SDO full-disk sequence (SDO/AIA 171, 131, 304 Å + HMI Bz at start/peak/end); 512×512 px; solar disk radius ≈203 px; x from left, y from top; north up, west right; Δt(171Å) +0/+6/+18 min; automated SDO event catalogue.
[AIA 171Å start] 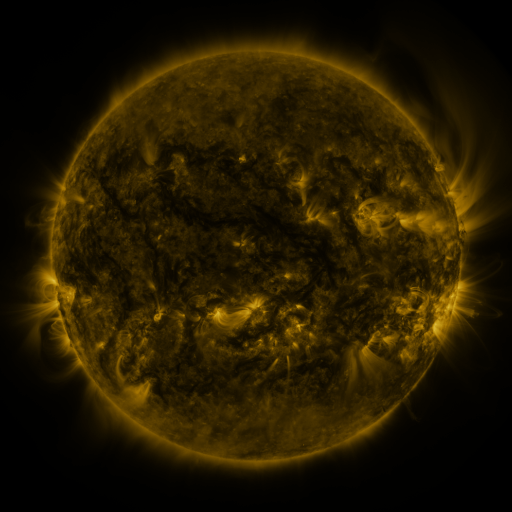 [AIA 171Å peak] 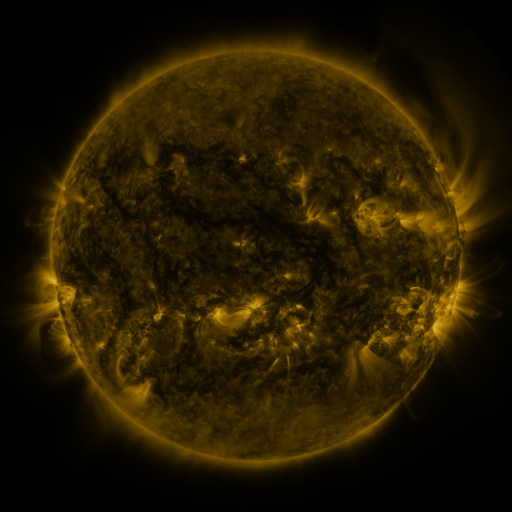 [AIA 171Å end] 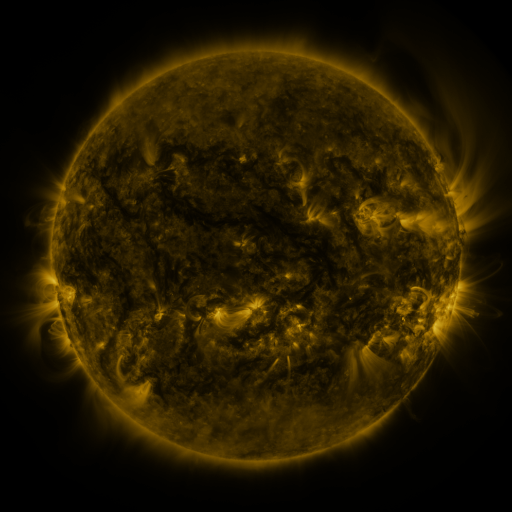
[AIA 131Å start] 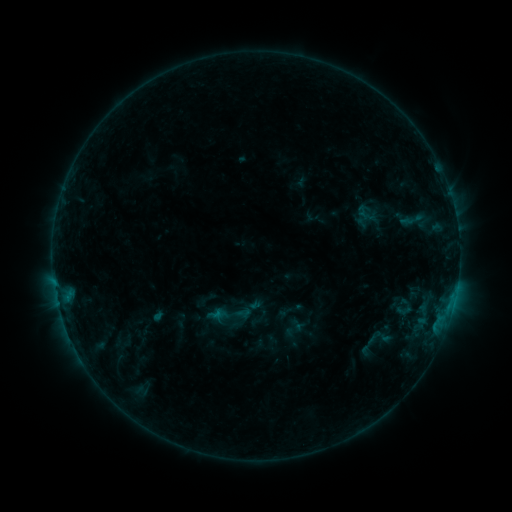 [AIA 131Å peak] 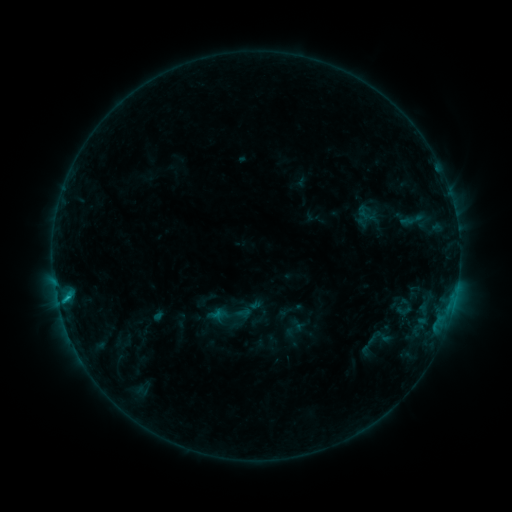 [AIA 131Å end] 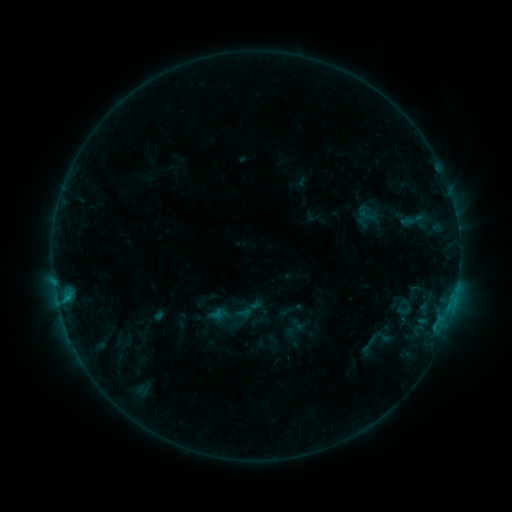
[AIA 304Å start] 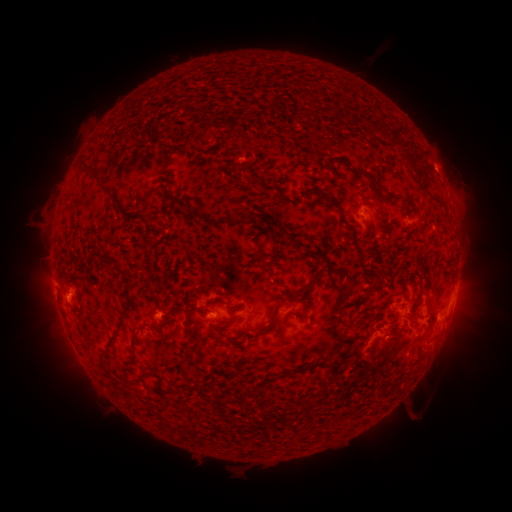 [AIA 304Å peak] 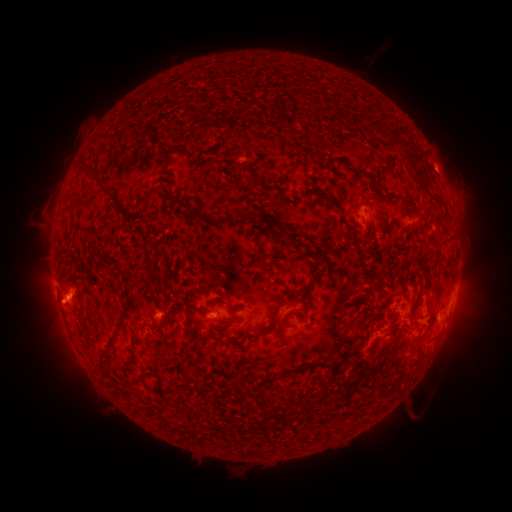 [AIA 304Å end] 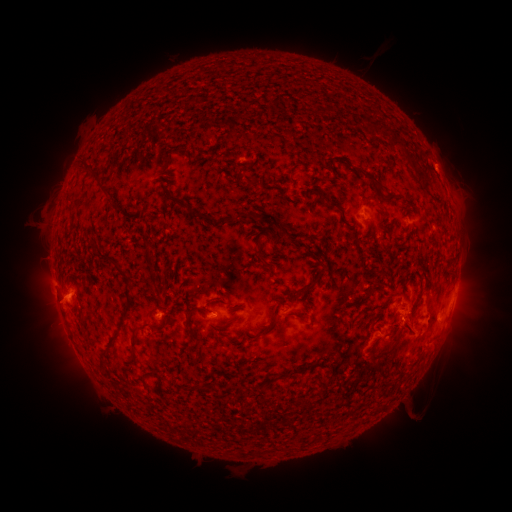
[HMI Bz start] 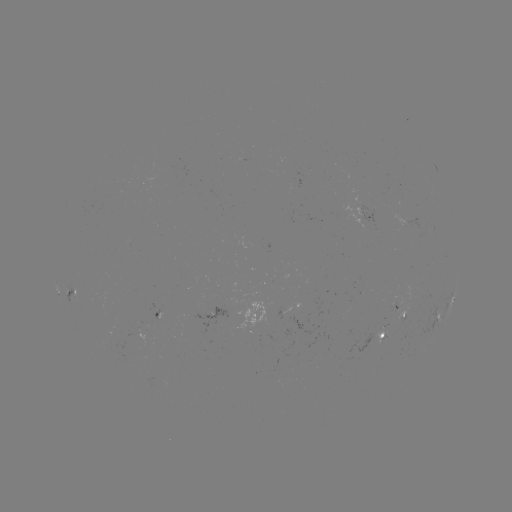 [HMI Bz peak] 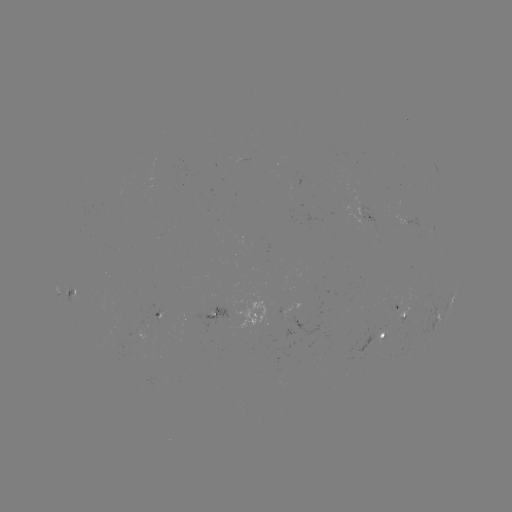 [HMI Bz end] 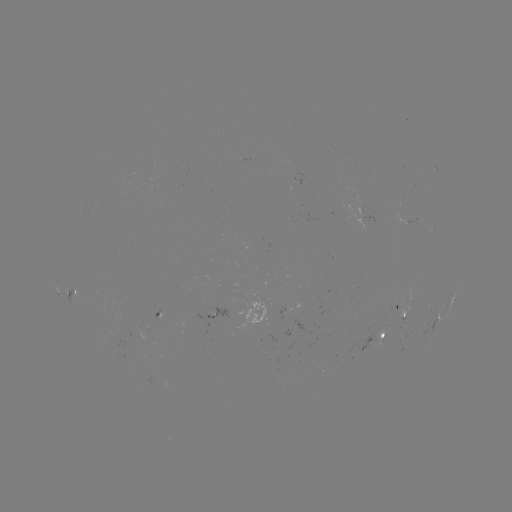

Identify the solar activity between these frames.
B9.2 flare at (66, 296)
